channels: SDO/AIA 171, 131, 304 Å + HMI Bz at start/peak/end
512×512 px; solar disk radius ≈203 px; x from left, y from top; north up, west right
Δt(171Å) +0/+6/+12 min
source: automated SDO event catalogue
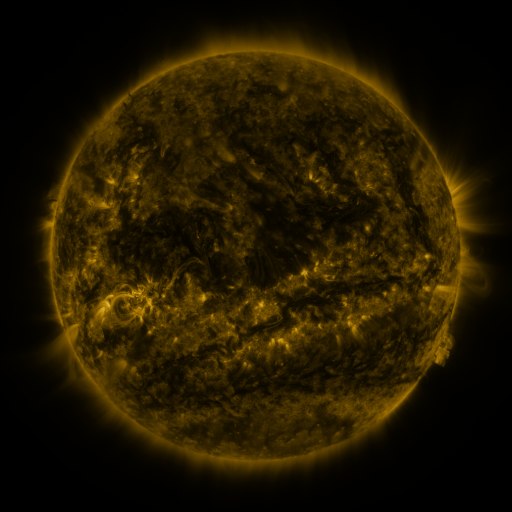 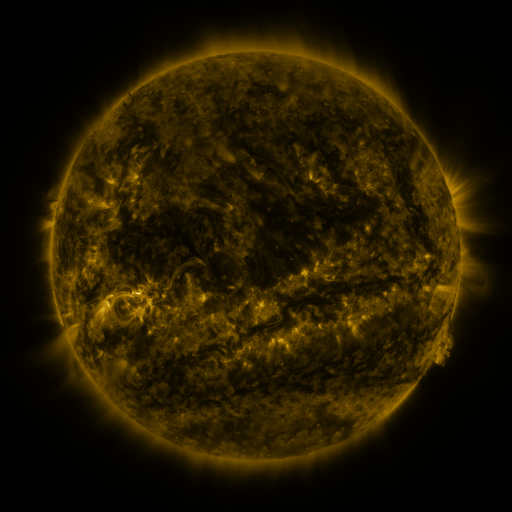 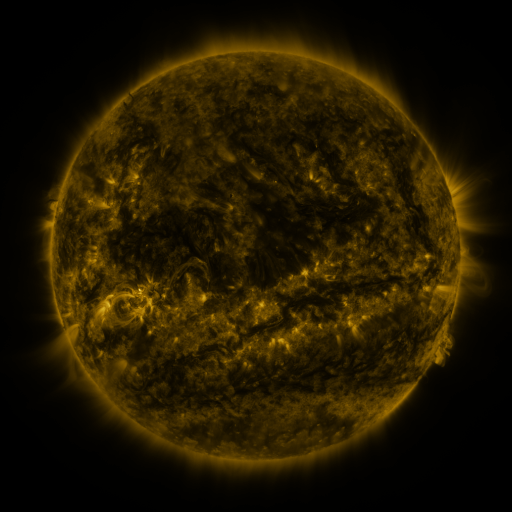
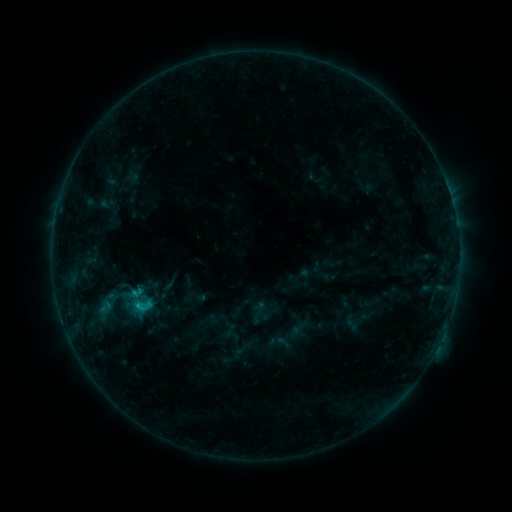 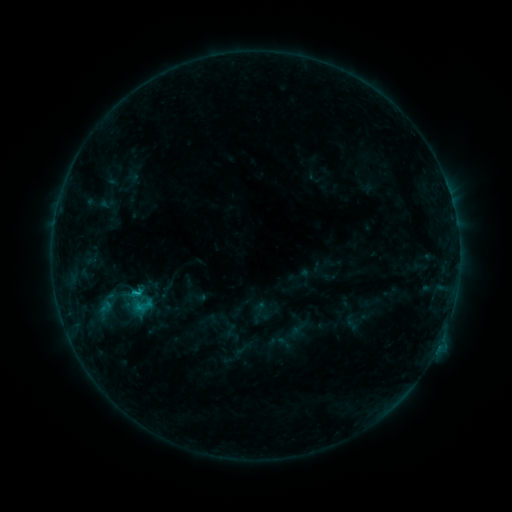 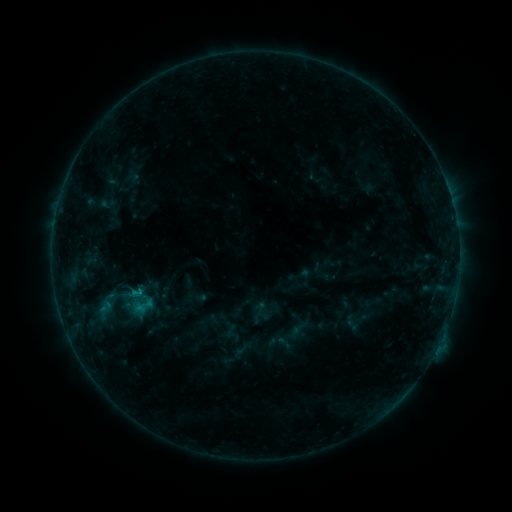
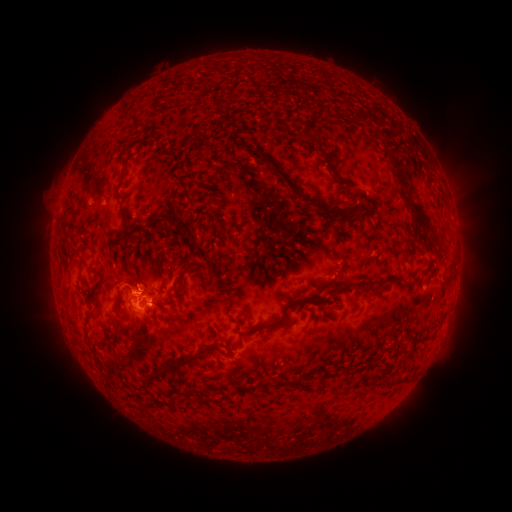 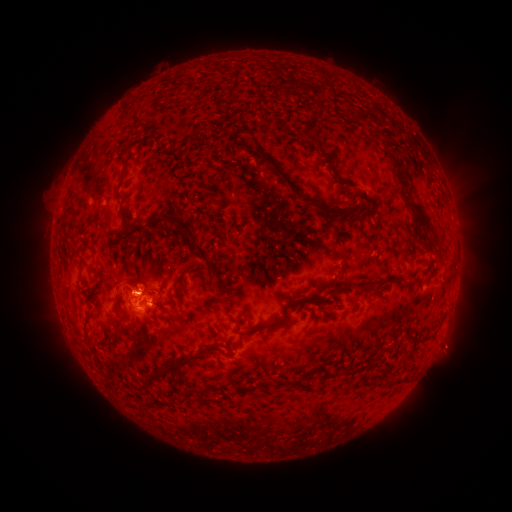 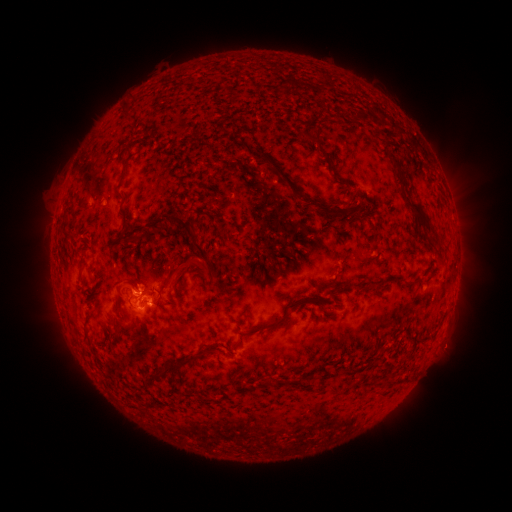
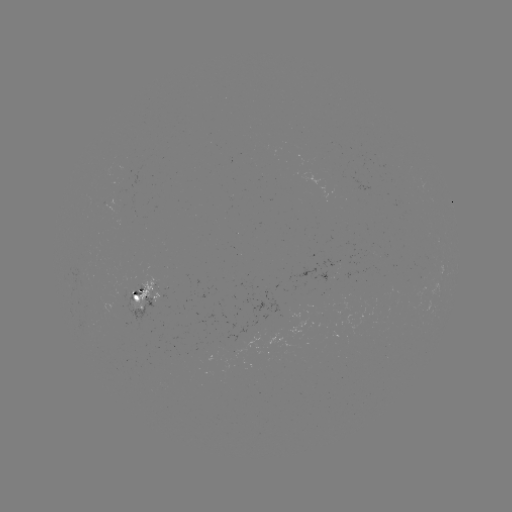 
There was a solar eruption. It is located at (449, 348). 